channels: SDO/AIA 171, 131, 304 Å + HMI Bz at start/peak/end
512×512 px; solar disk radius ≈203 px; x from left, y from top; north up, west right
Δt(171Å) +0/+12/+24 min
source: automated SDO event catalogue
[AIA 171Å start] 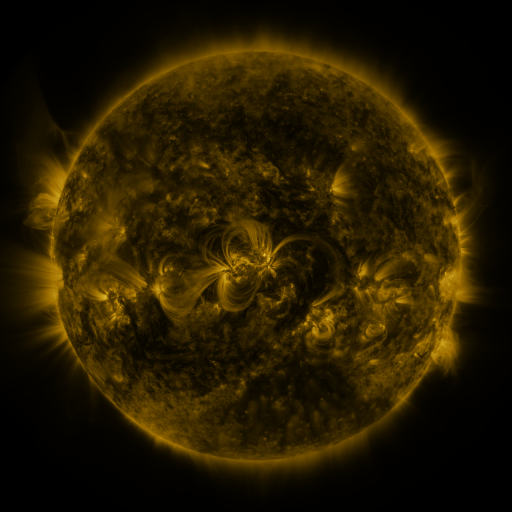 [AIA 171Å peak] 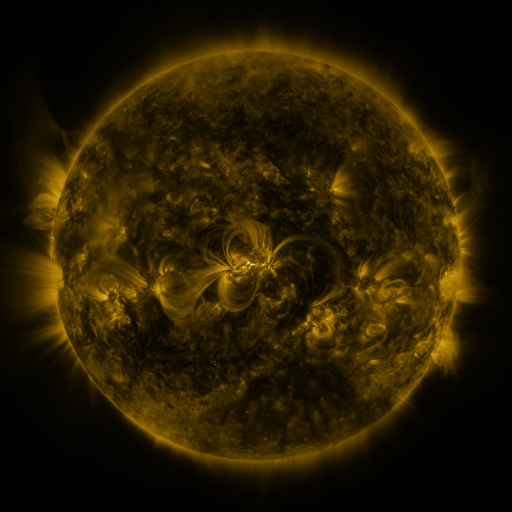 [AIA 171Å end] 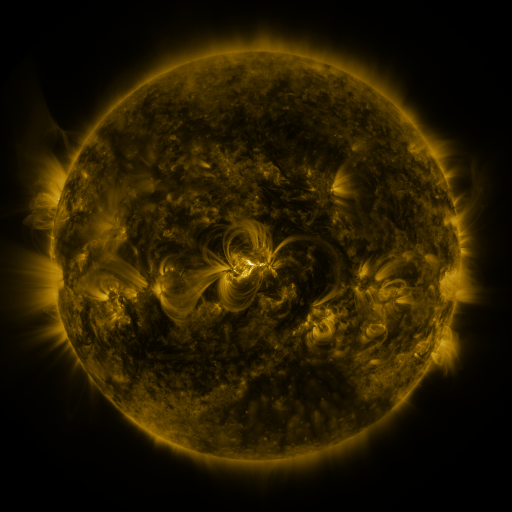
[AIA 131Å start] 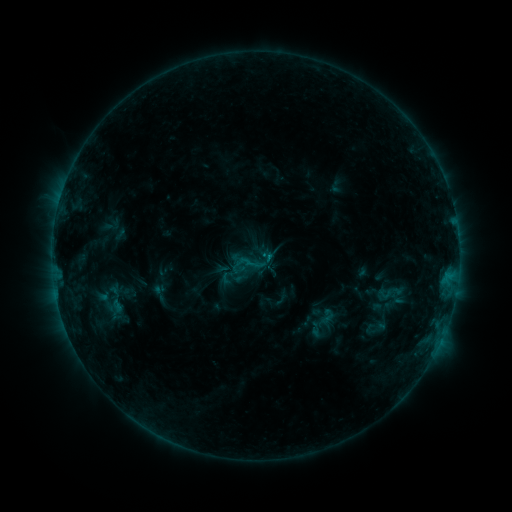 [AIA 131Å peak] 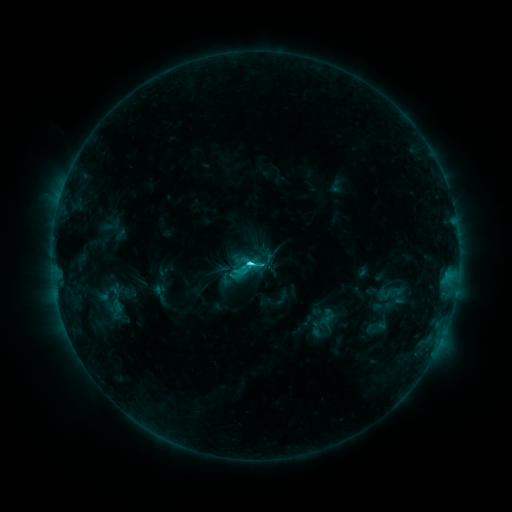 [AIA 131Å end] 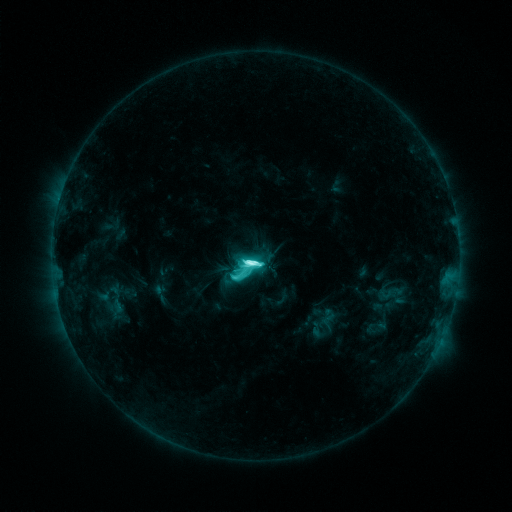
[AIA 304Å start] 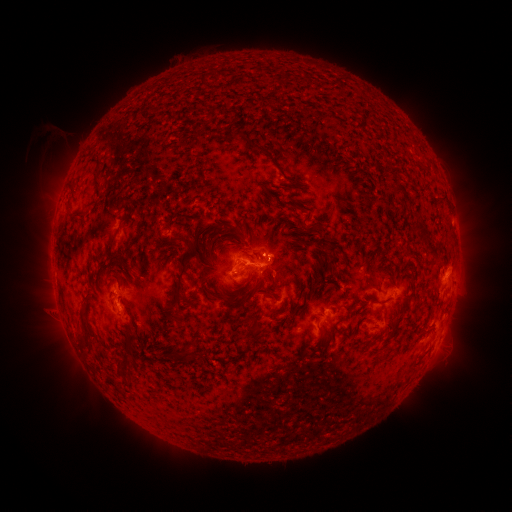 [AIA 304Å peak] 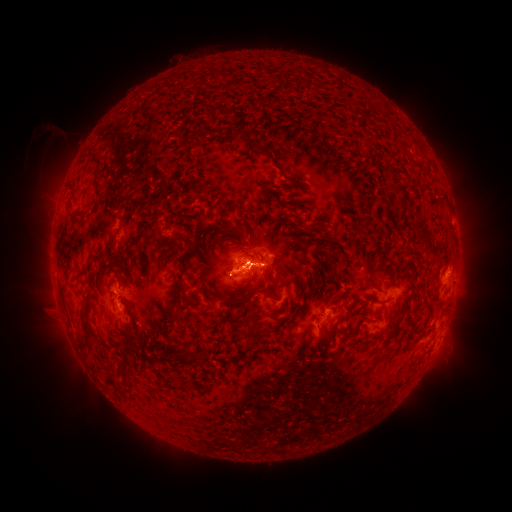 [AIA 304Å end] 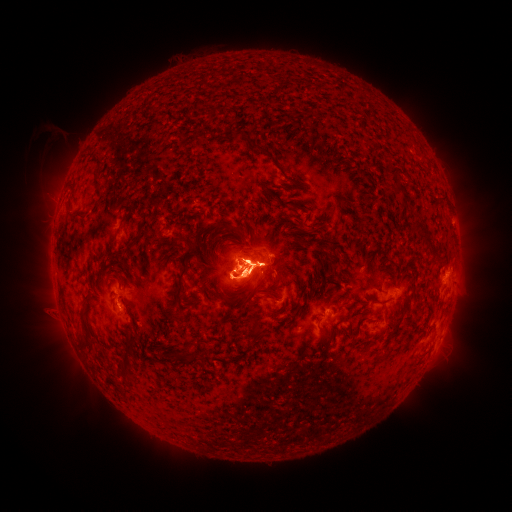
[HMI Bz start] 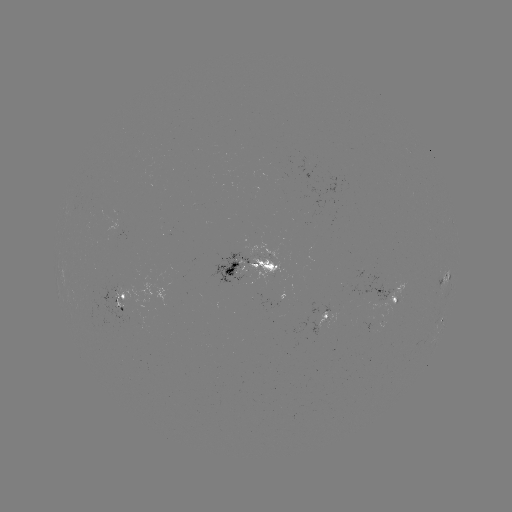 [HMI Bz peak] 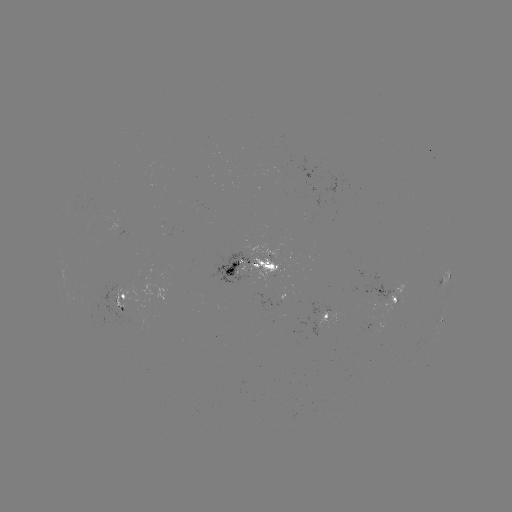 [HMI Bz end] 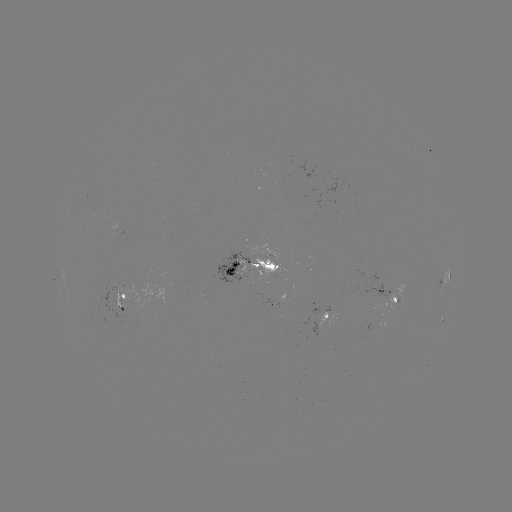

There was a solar eruption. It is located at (245, 273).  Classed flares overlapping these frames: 2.